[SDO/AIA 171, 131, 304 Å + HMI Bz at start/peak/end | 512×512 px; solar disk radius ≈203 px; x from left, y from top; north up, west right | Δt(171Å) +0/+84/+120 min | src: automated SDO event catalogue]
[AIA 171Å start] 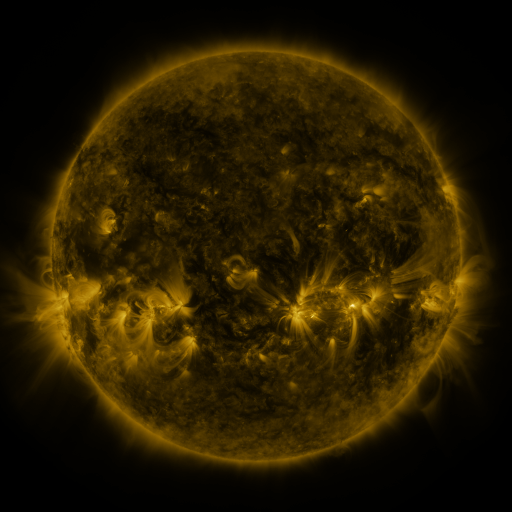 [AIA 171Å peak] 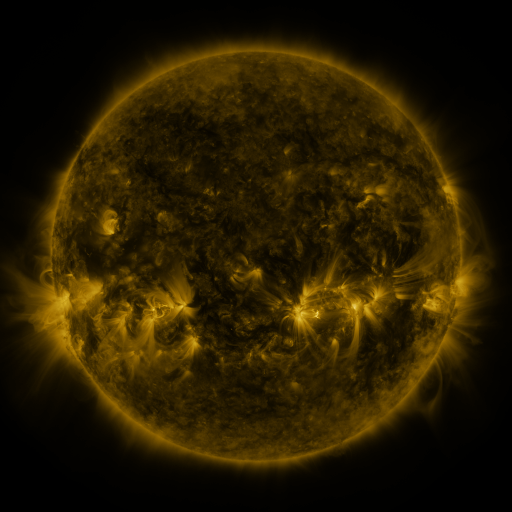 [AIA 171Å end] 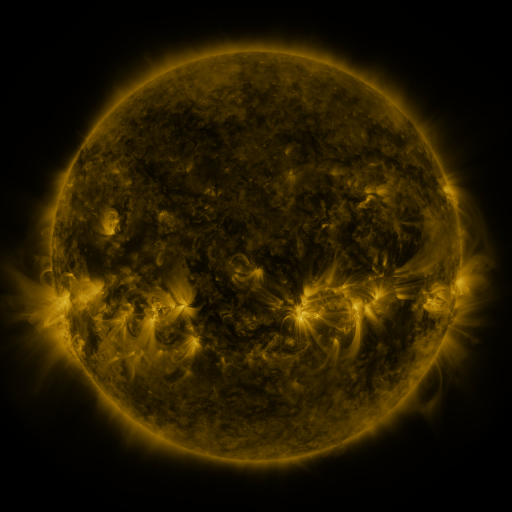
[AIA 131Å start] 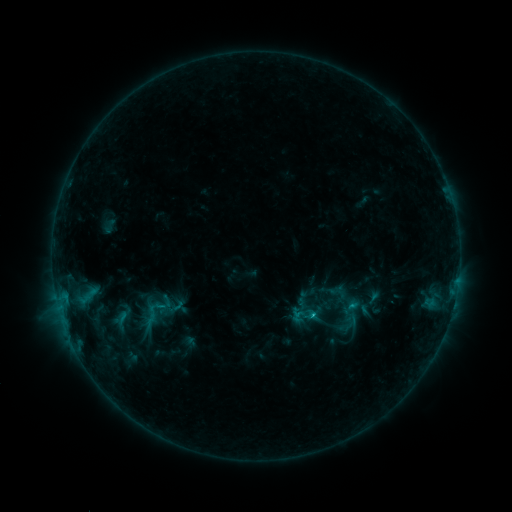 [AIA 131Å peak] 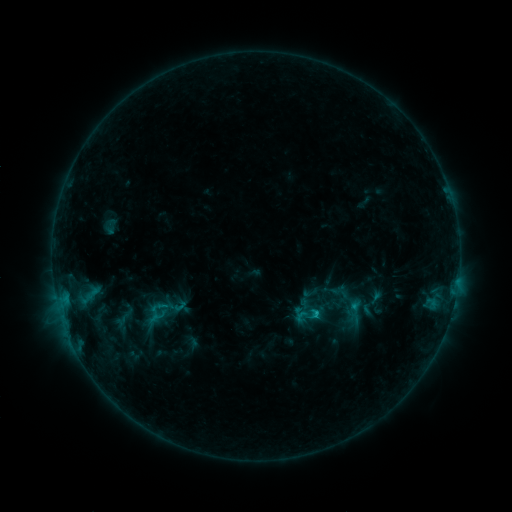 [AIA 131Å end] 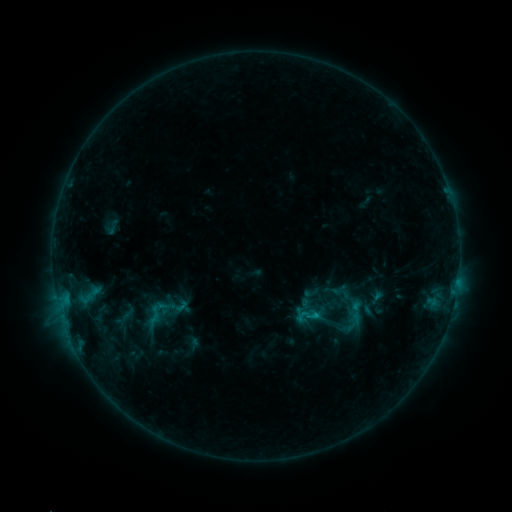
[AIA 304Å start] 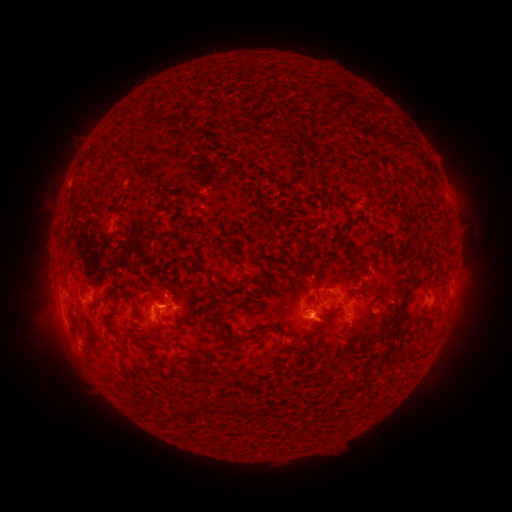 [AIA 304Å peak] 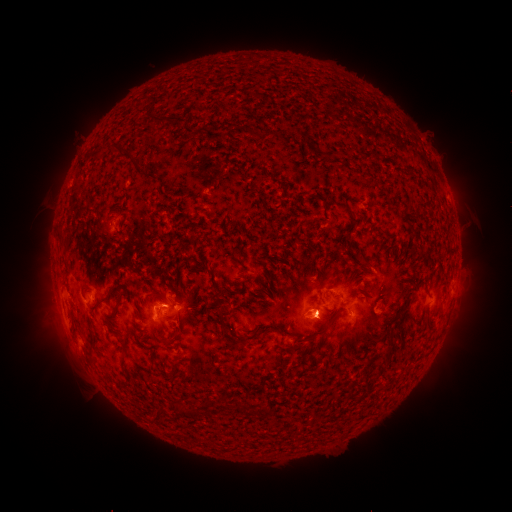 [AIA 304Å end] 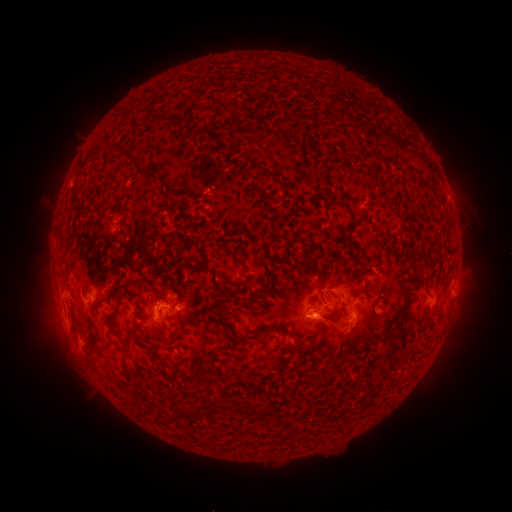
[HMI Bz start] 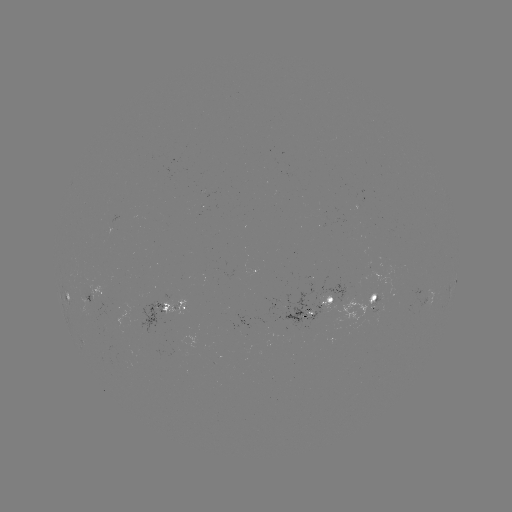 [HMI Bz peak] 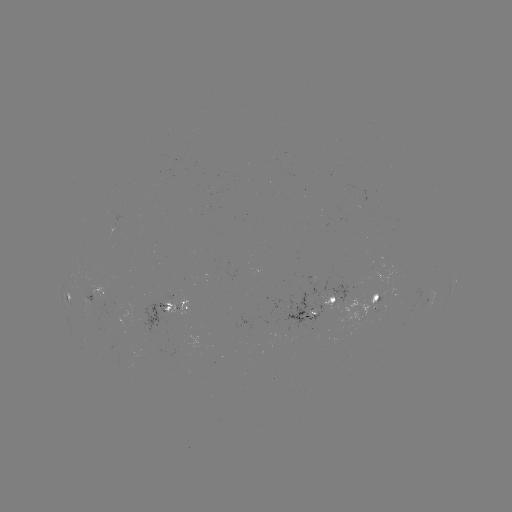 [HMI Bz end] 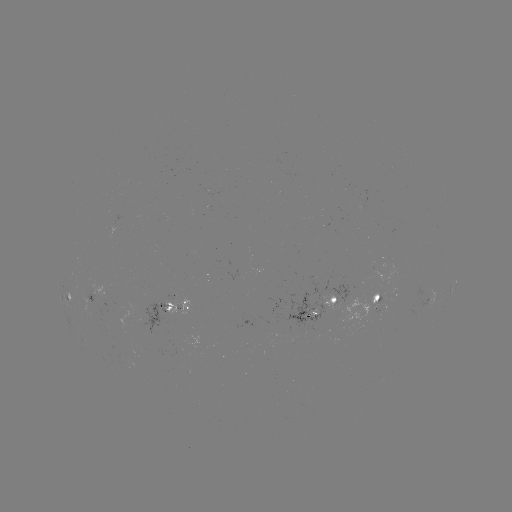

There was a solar emerging-flux region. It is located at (325, 301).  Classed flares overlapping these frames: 1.